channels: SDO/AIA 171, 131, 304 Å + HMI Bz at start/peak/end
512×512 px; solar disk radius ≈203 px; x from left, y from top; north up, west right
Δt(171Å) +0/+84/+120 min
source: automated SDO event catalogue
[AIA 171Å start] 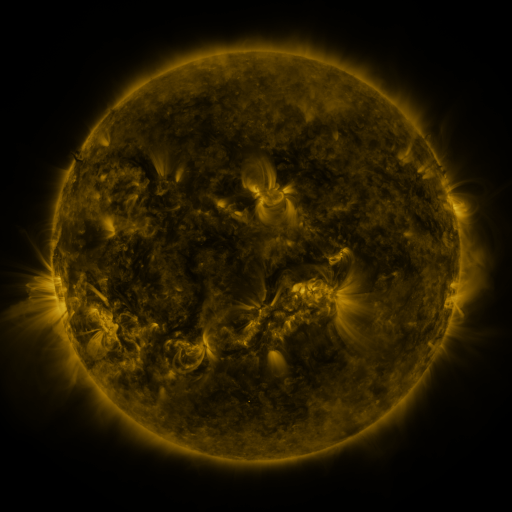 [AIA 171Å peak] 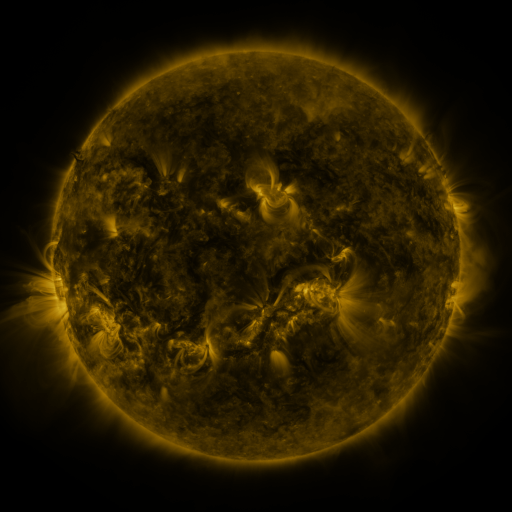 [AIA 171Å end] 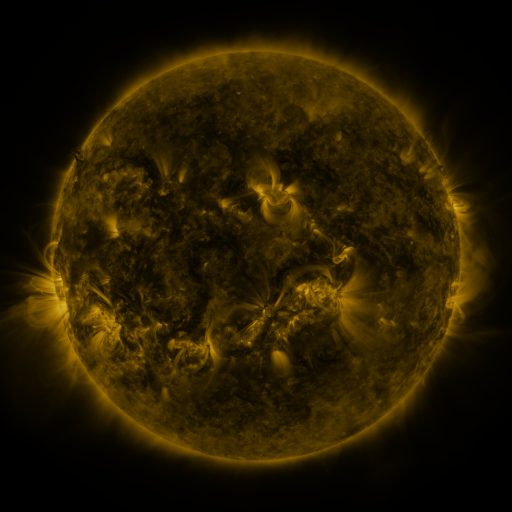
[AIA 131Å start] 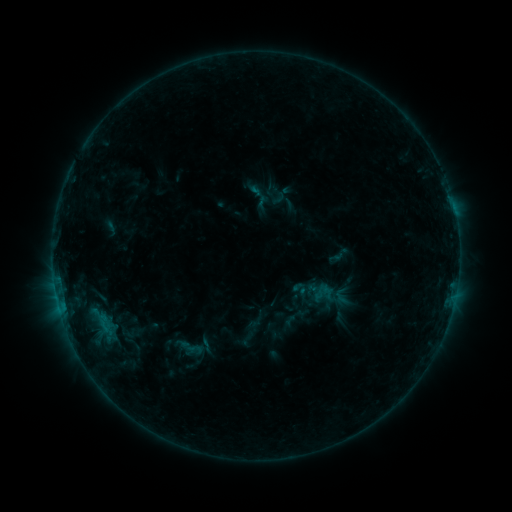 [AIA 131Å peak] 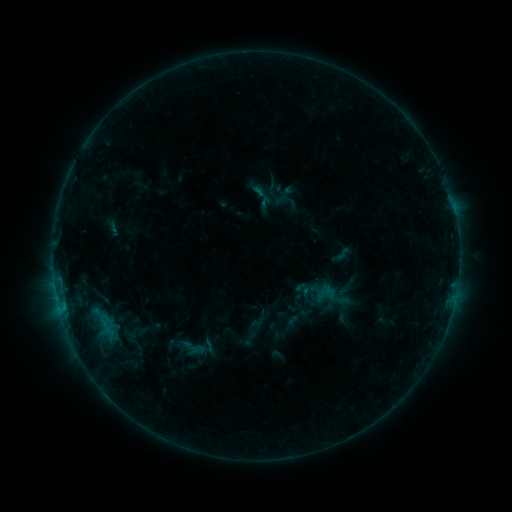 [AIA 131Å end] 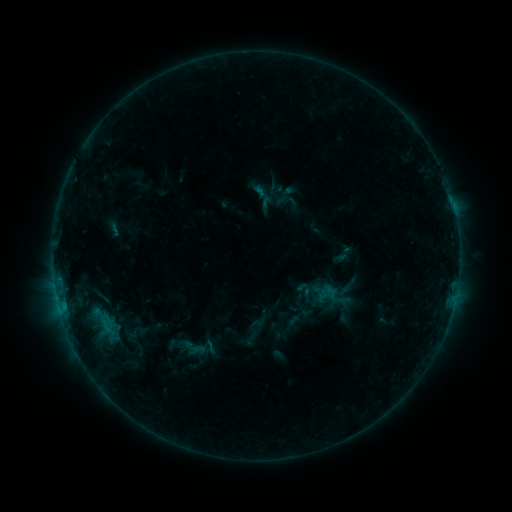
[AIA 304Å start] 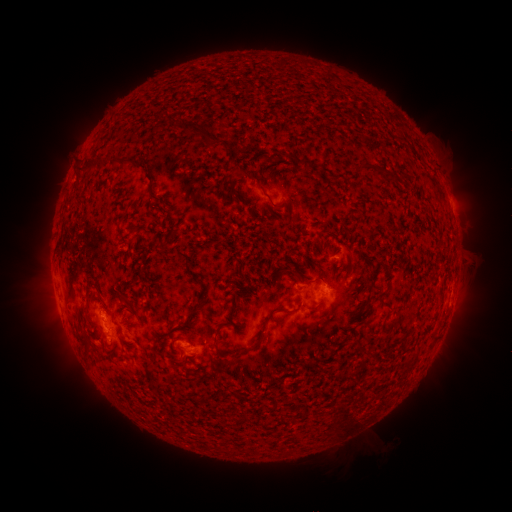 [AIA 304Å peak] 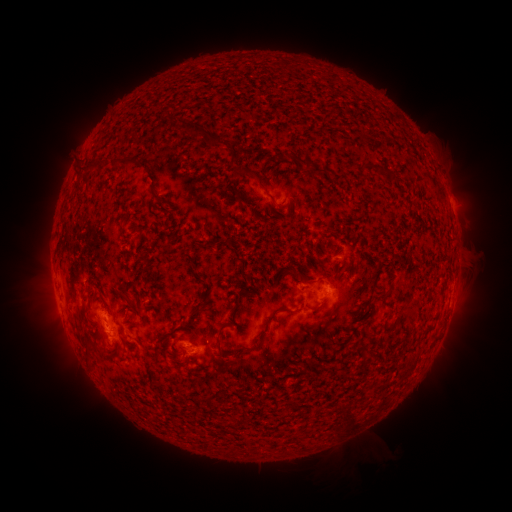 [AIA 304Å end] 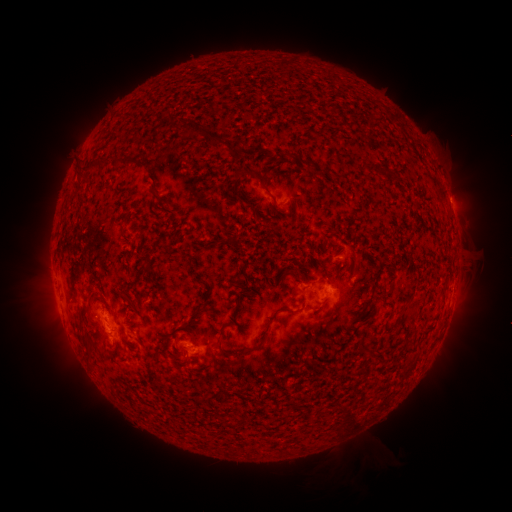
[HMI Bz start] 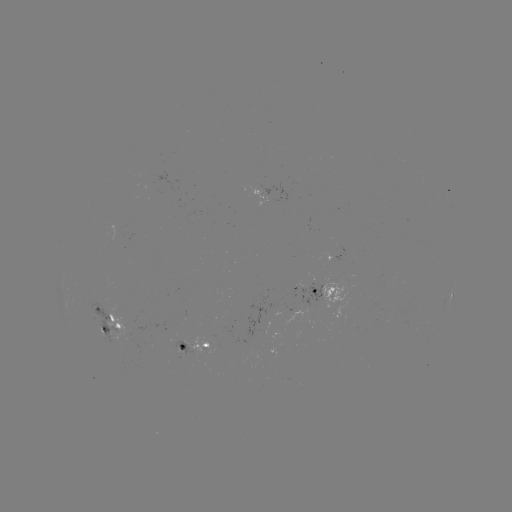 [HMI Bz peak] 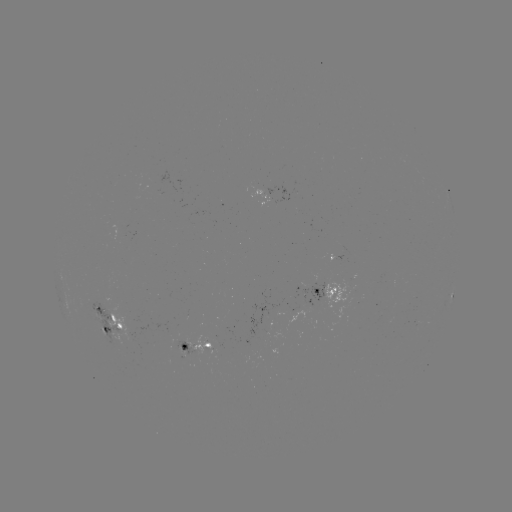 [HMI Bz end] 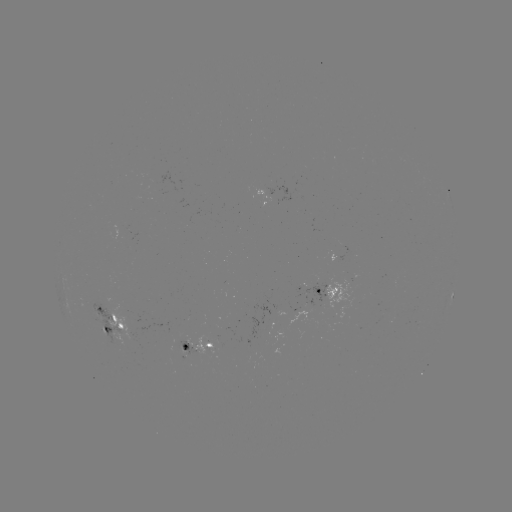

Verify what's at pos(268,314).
emerging-flux region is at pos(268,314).